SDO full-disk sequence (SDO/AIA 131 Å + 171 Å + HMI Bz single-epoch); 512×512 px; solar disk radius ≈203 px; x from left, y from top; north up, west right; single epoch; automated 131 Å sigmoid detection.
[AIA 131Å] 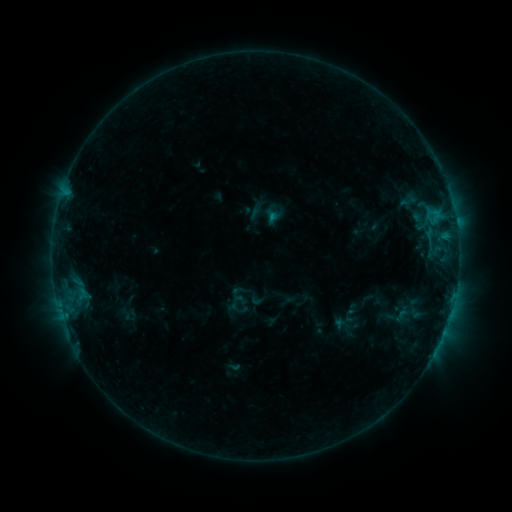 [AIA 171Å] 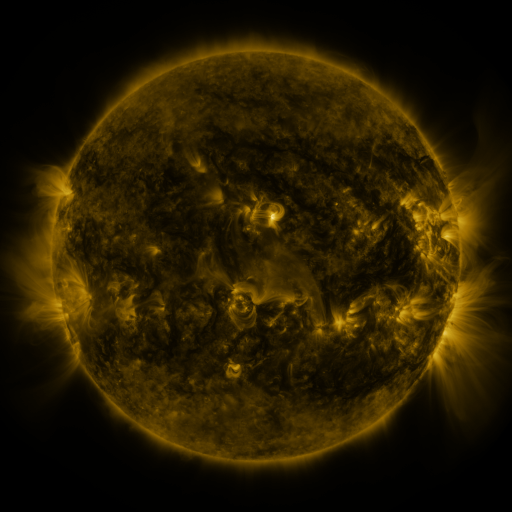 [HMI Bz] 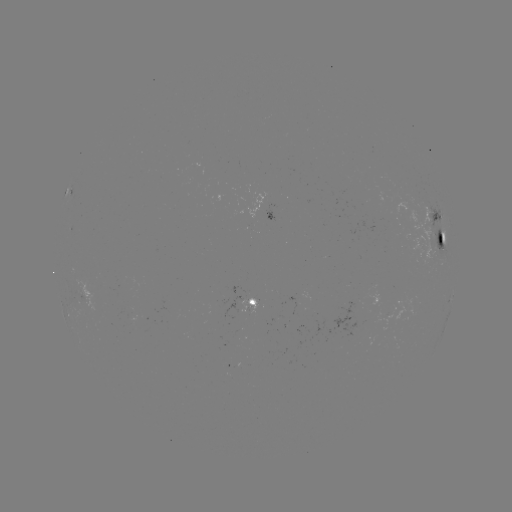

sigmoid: (251, 198, 283, 229)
